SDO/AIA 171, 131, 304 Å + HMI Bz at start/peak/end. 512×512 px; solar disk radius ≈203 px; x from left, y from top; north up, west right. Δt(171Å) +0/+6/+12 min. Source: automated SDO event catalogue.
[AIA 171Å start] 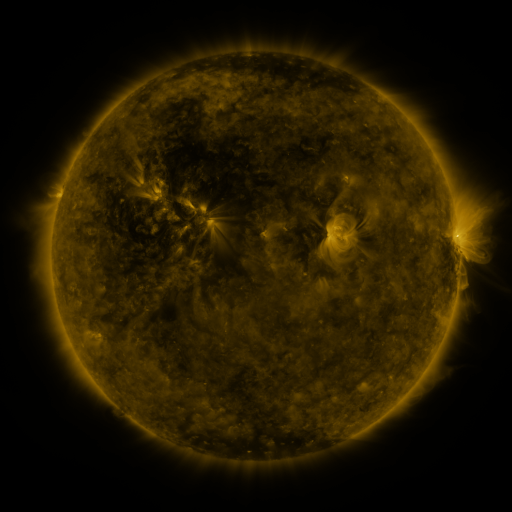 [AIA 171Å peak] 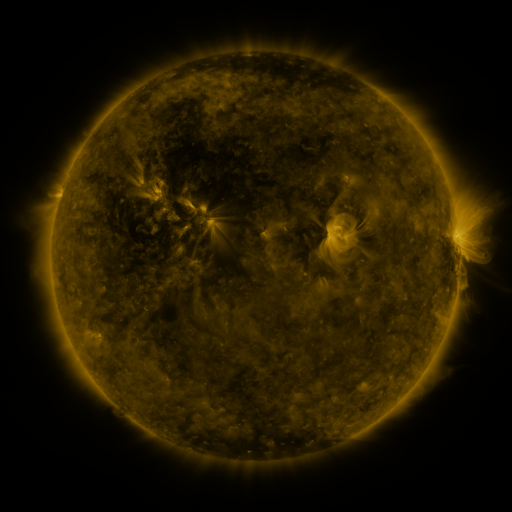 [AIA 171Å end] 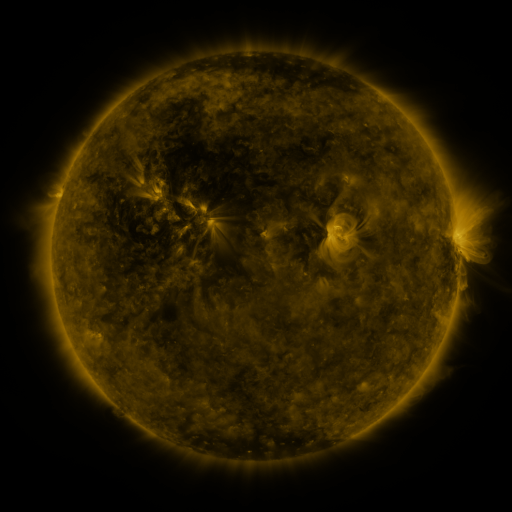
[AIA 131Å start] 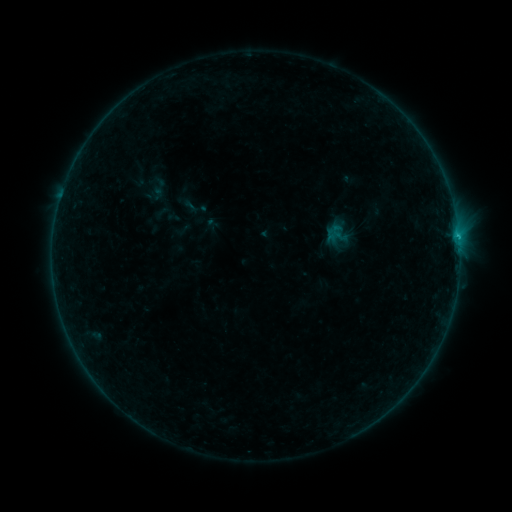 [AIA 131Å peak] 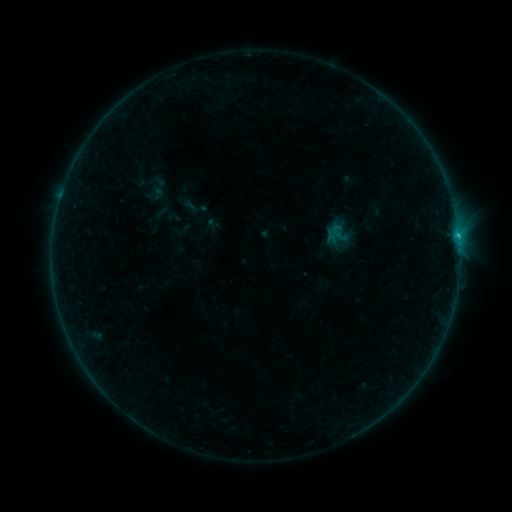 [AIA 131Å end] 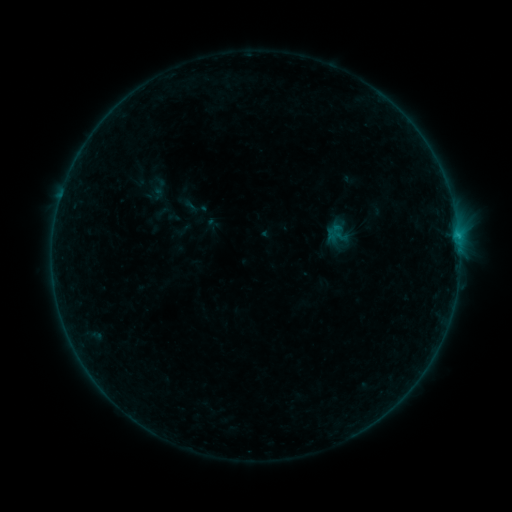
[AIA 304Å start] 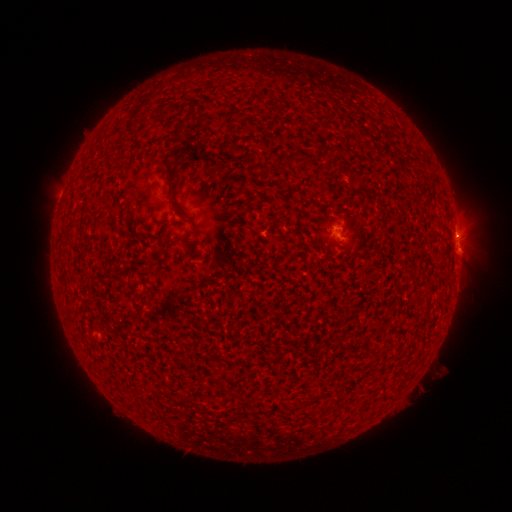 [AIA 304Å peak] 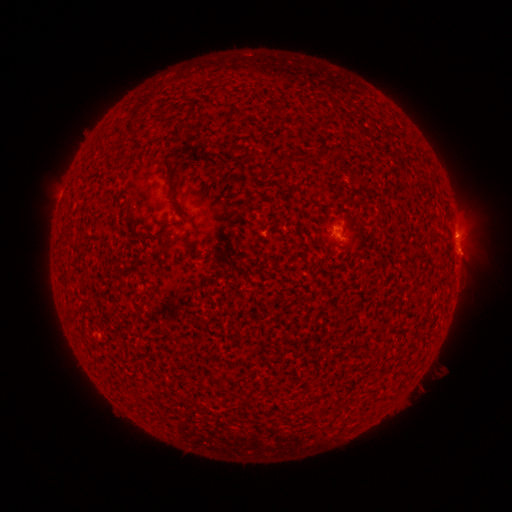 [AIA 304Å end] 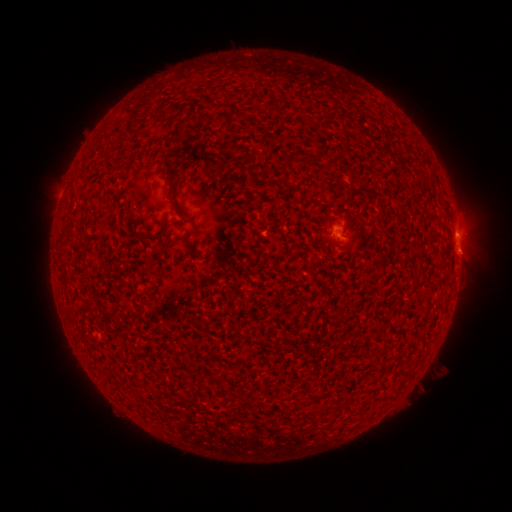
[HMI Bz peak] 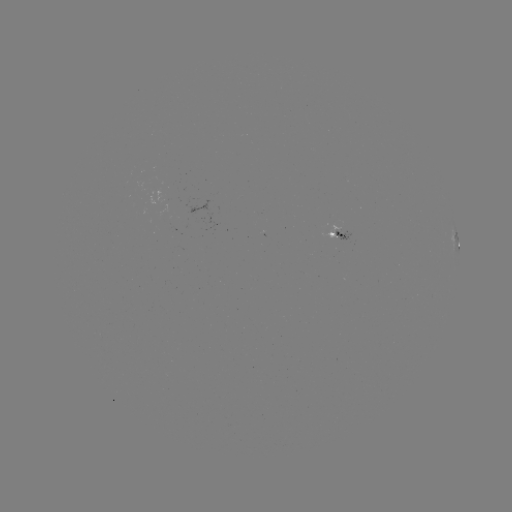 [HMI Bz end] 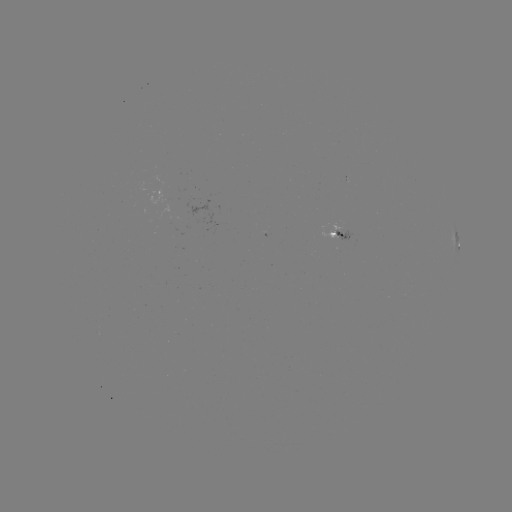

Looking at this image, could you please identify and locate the B3.3 flare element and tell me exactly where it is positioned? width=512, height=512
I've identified B3.3 flare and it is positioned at (457, 238).